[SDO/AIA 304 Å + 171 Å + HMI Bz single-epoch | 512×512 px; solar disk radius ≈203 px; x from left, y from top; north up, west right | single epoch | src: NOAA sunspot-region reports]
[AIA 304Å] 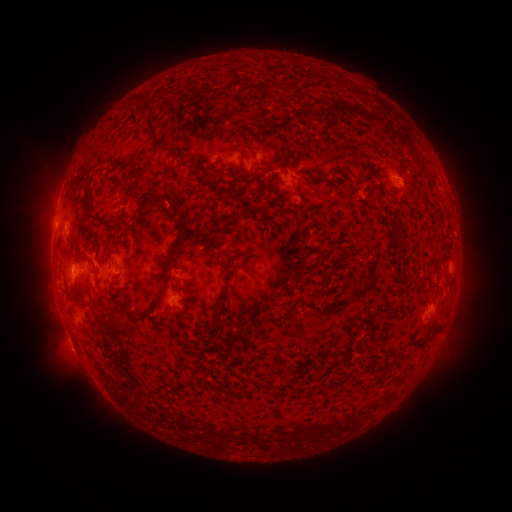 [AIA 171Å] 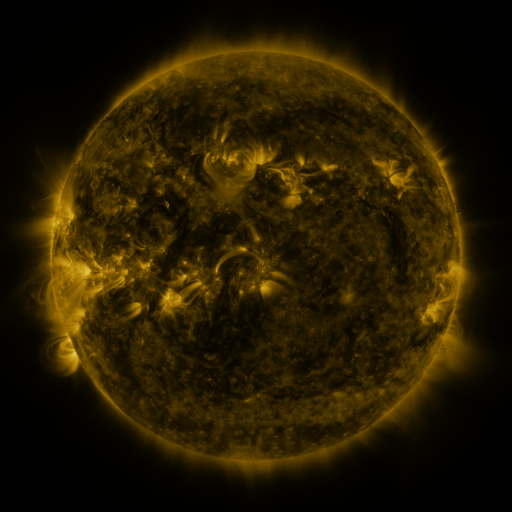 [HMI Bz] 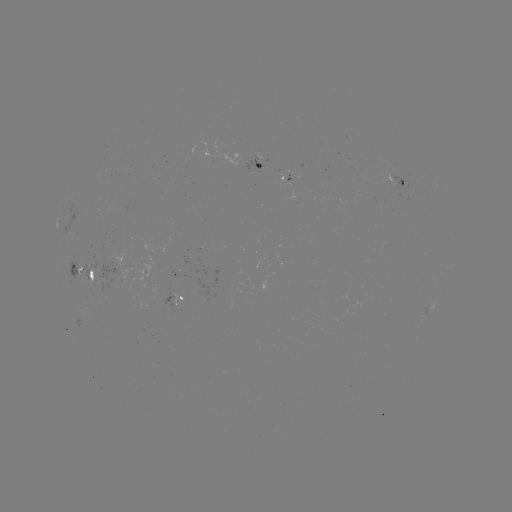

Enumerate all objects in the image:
spotted active region: (262, 163)
spotted active region: (396, 180)
spotted active region: (294, 193)
spotted active region: (84, 271)
spotted active region: (177, 297)
spotted active region: (432, 308)
